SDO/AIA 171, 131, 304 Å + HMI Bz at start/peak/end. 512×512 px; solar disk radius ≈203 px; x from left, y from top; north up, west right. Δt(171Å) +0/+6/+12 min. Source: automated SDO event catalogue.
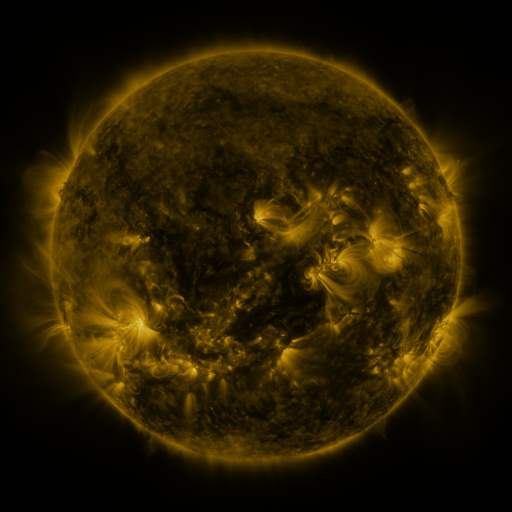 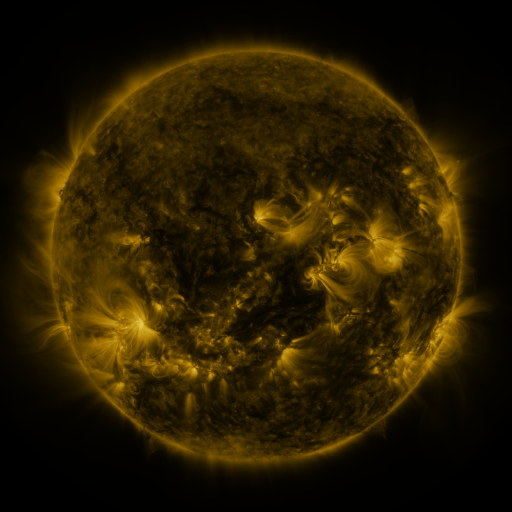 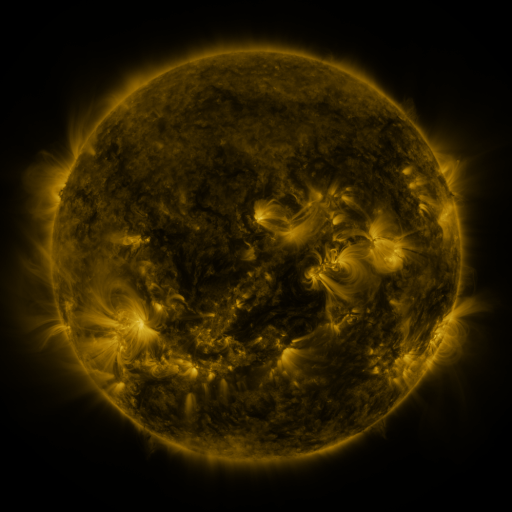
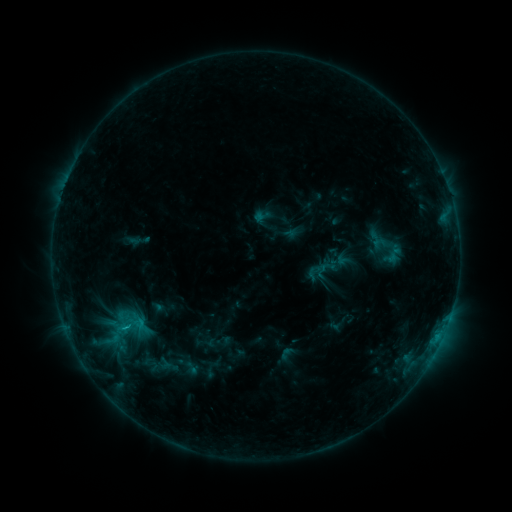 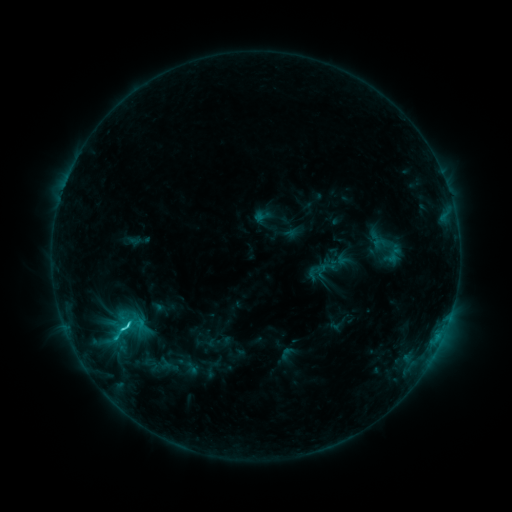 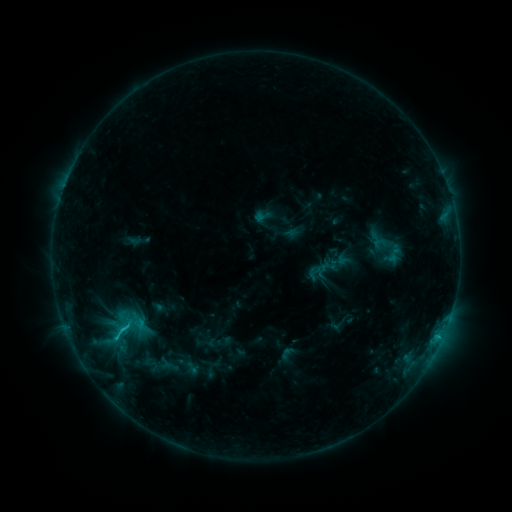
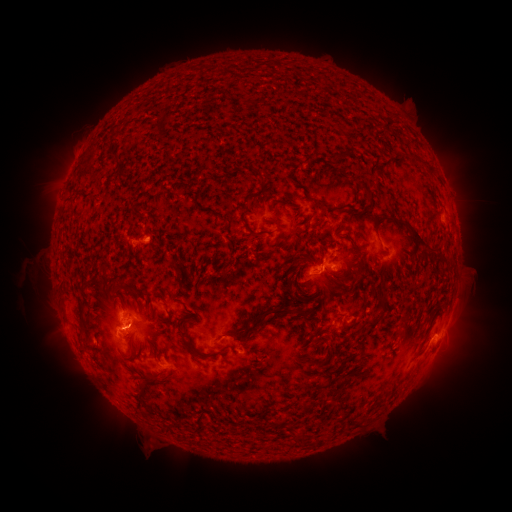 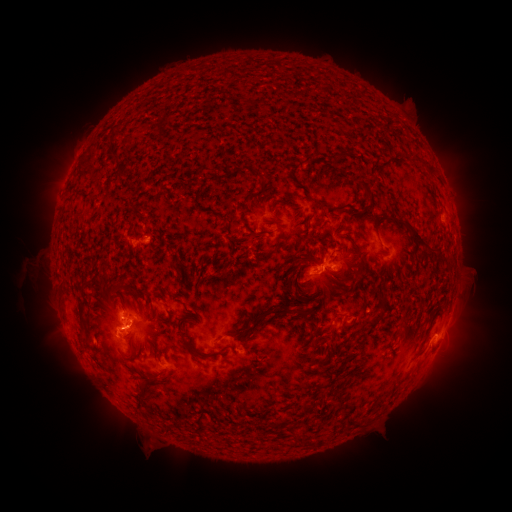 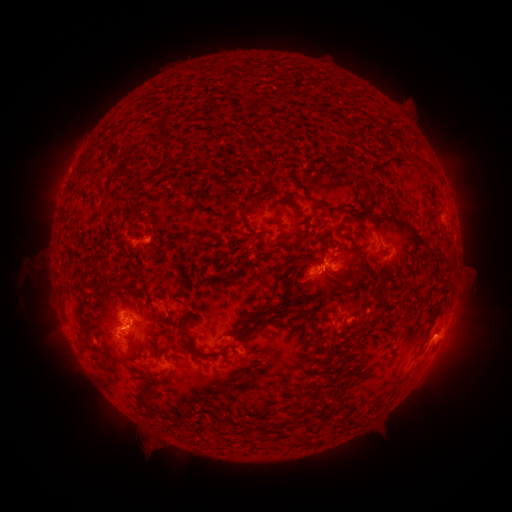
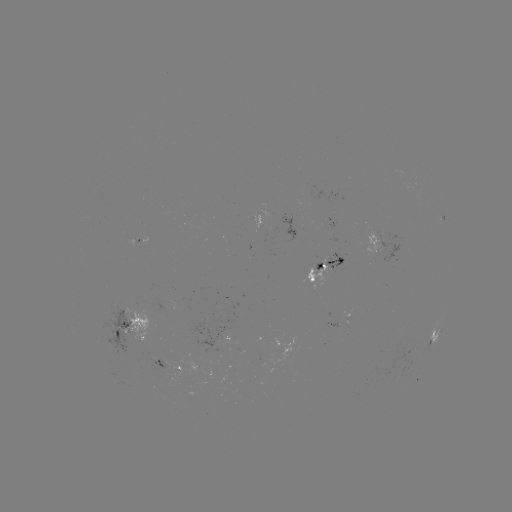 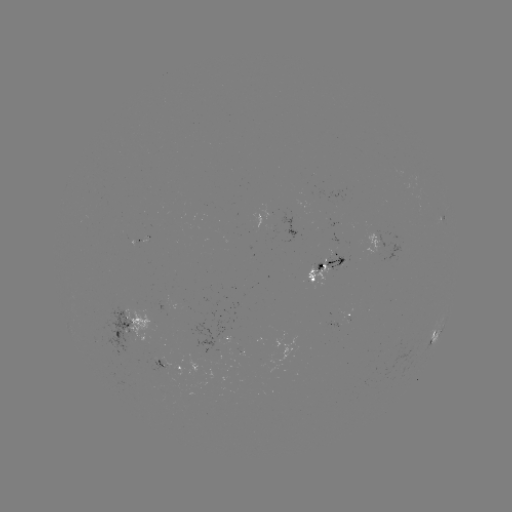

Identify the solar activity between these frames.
C1.8 flare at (126, 327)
